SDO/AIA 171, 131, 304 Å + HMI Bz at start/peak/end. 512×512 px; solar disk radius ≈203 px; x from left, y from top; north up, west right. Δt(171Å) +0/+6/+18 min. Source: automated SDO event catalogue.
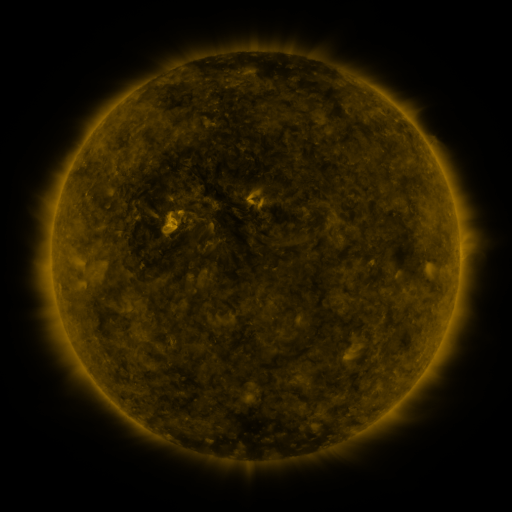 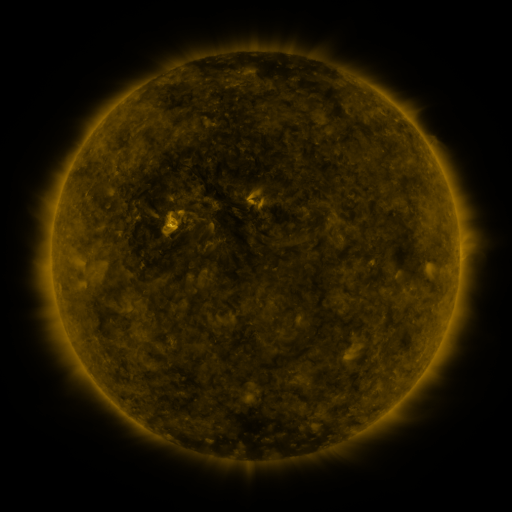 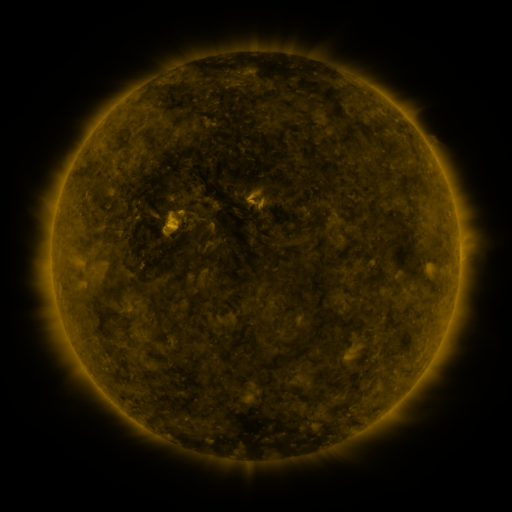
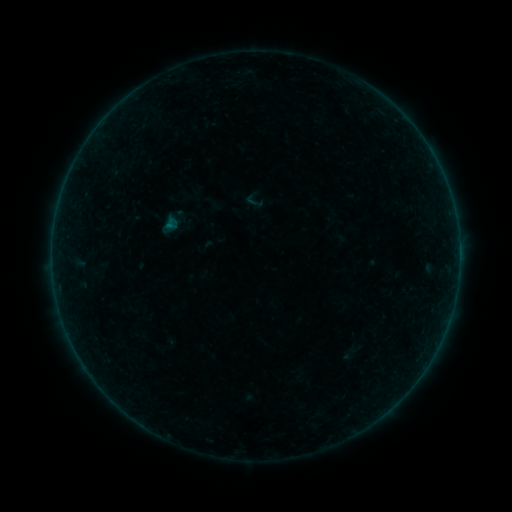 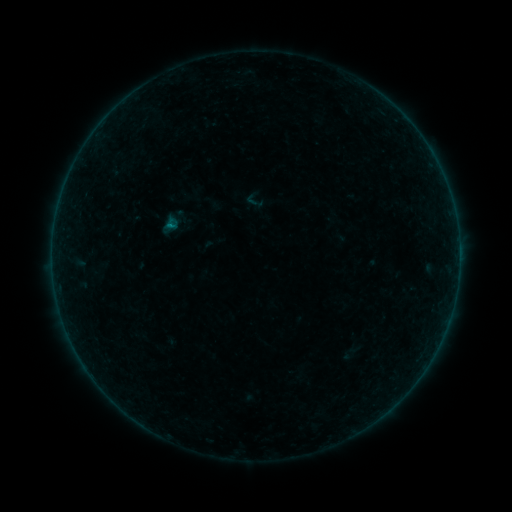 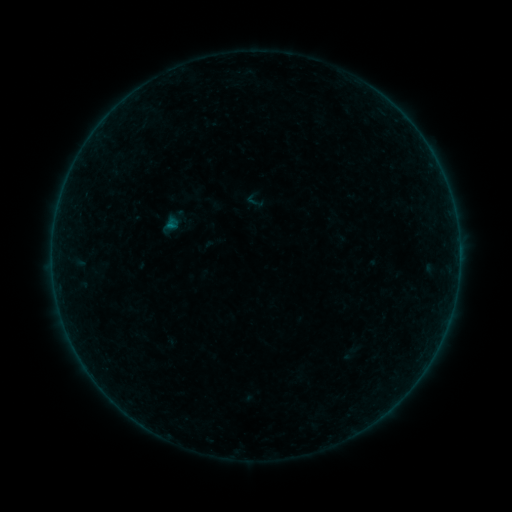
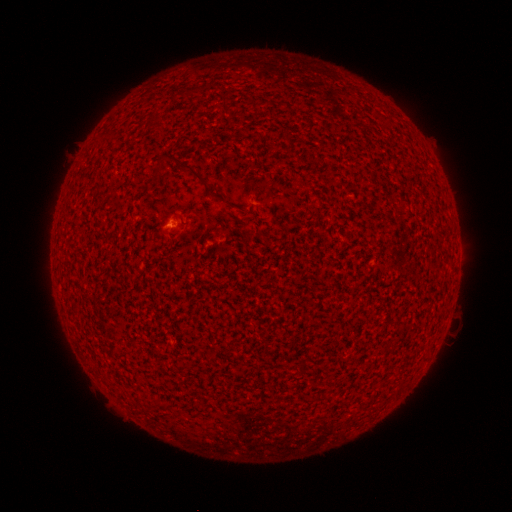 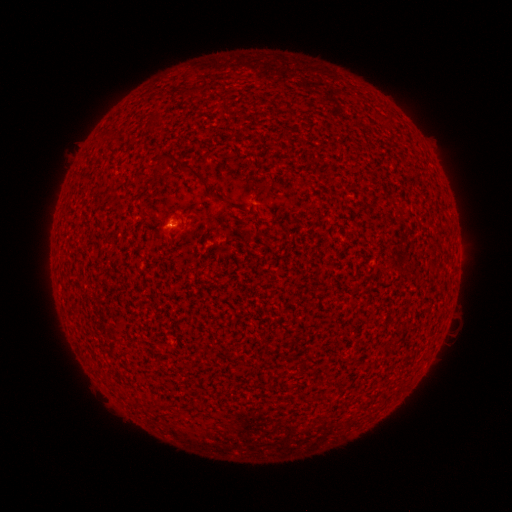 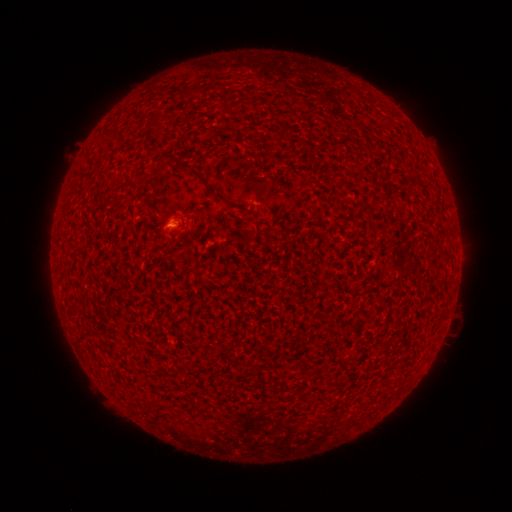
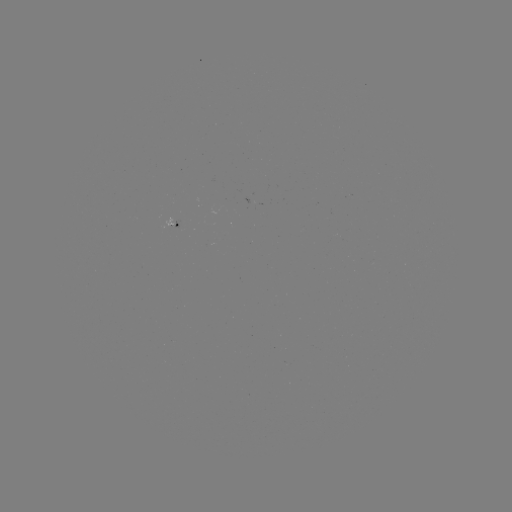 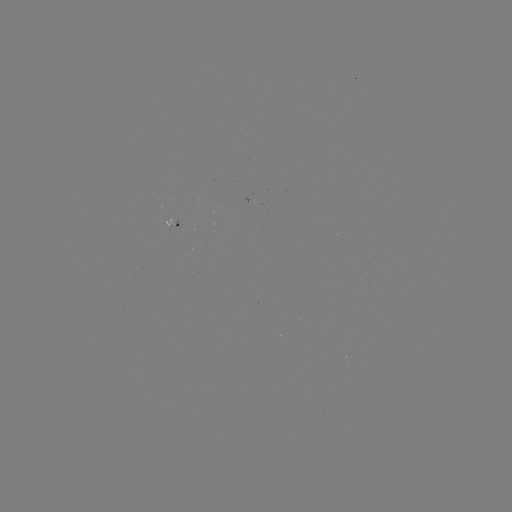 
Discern A1.6 flare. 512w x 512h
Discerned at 173,229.